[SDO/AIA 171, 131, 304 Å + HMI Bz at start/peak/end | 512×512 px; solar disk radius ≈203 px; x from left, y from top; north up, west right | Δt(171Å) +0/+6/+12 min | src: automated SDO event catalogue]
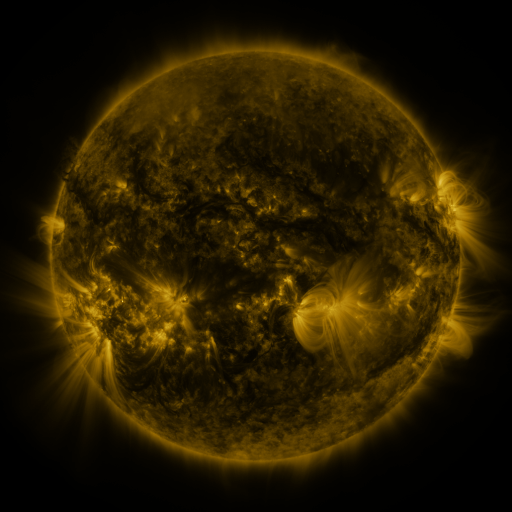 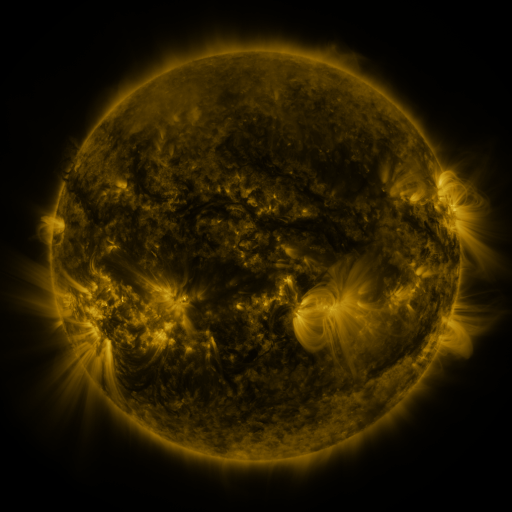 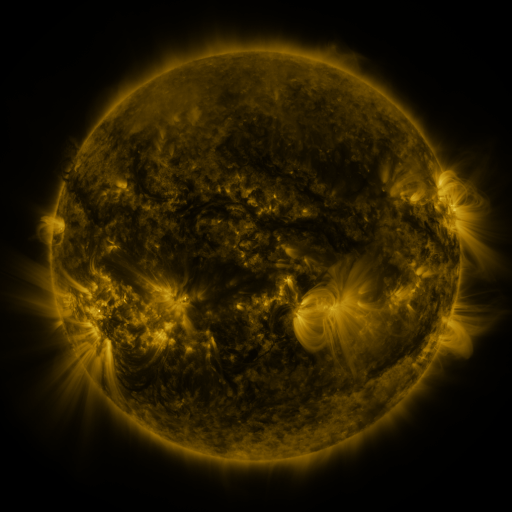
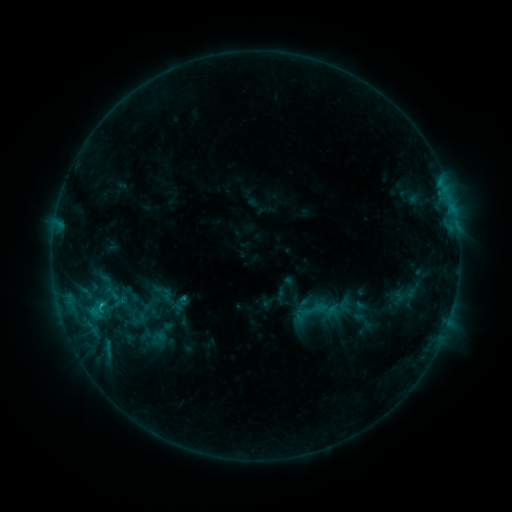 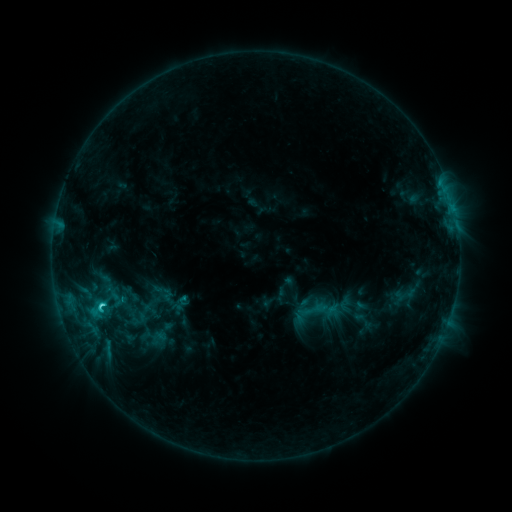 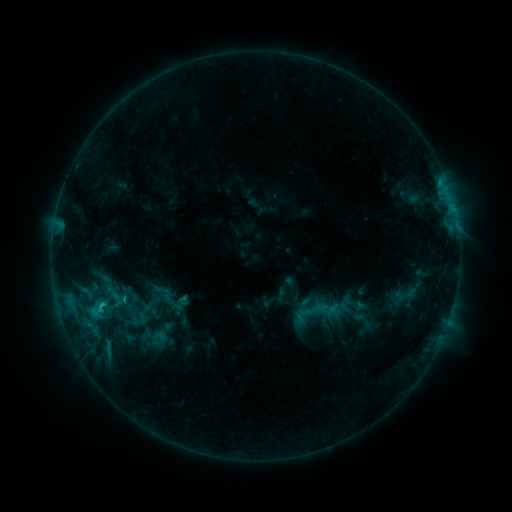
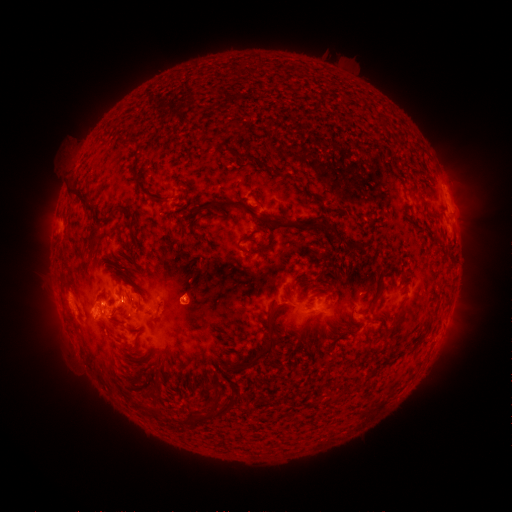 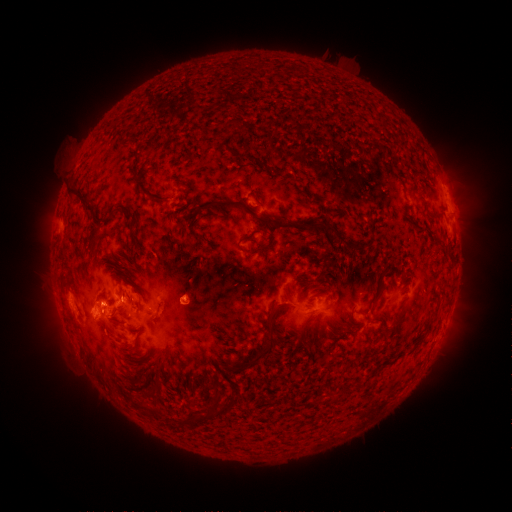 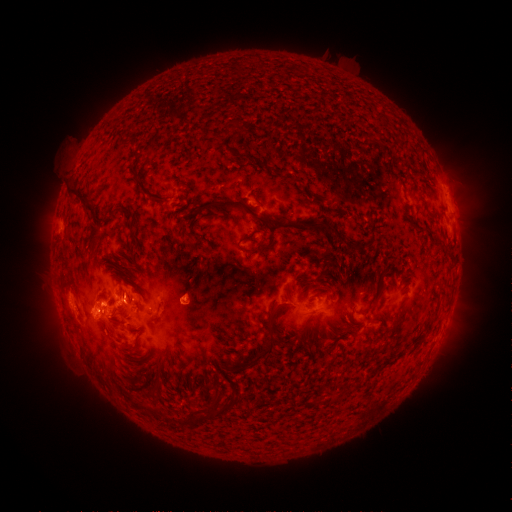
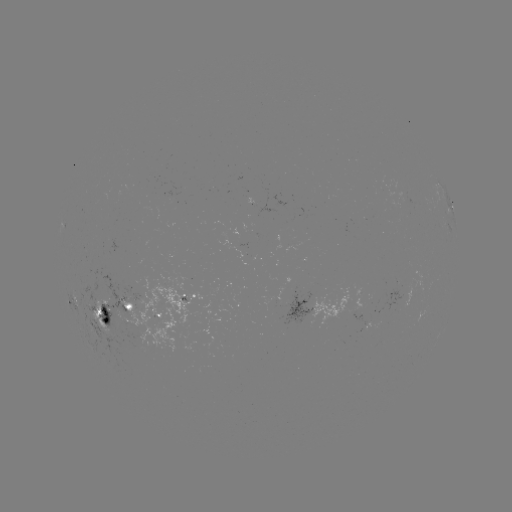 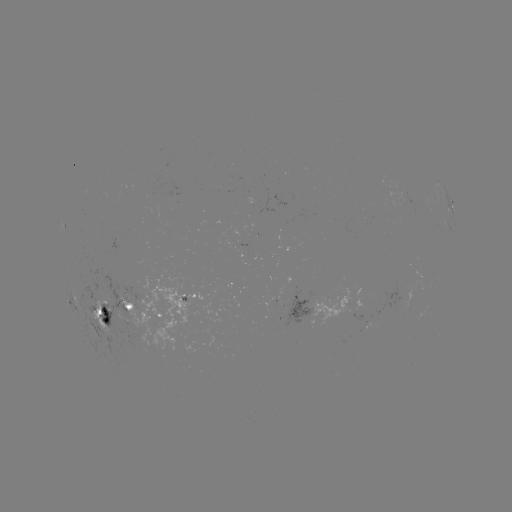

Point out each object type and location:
C2.4 flare: (103, 304)
